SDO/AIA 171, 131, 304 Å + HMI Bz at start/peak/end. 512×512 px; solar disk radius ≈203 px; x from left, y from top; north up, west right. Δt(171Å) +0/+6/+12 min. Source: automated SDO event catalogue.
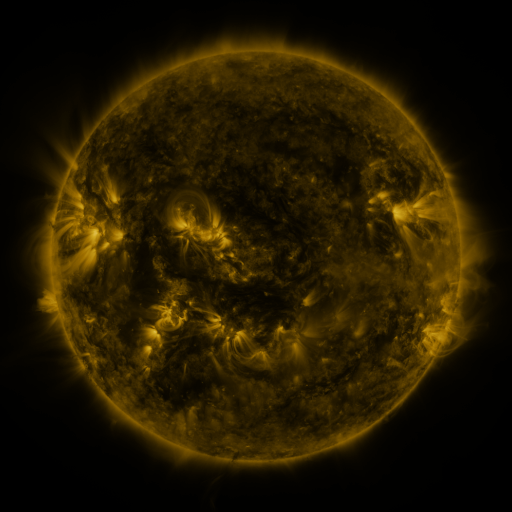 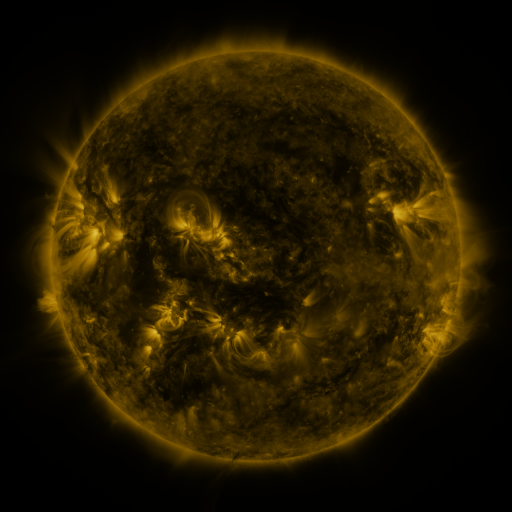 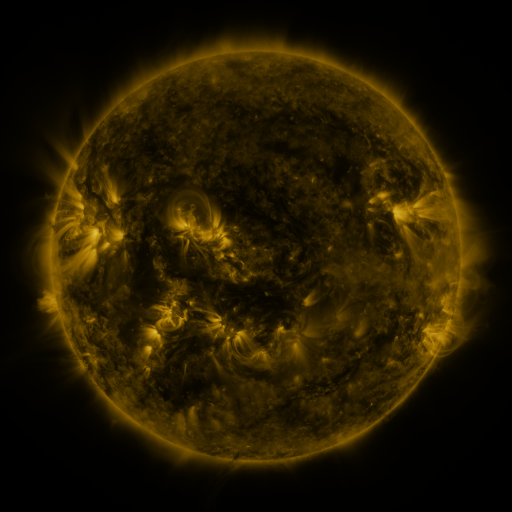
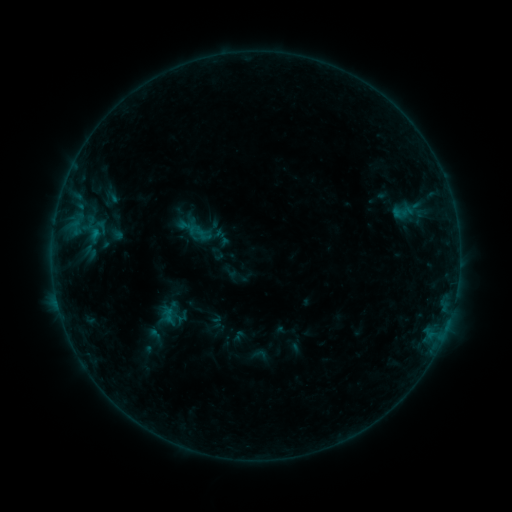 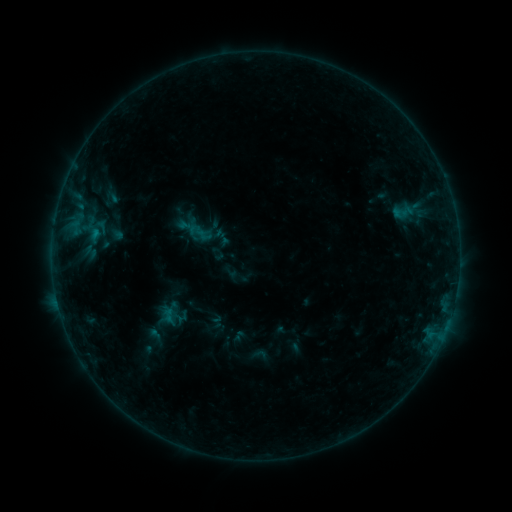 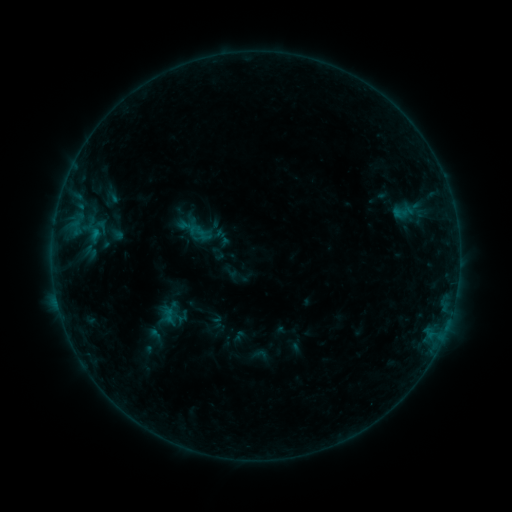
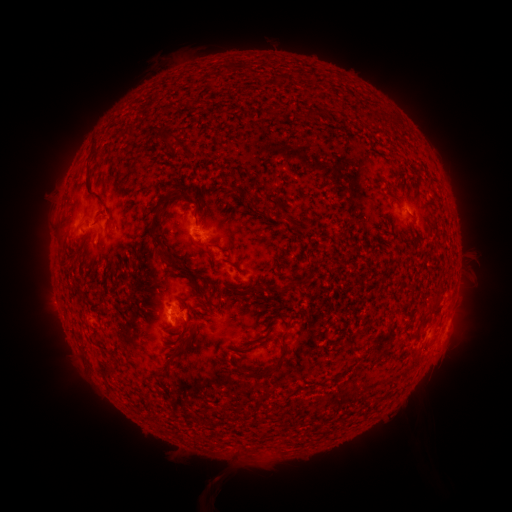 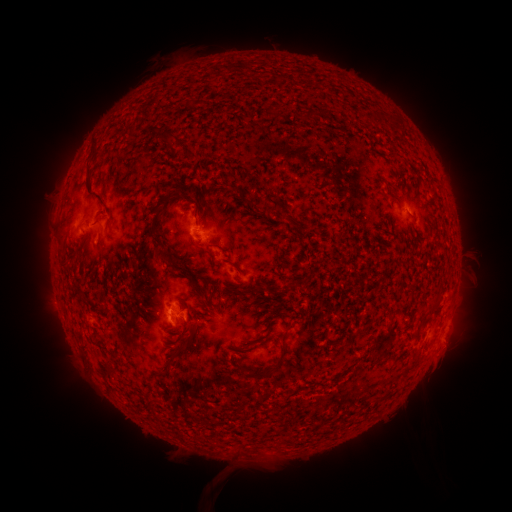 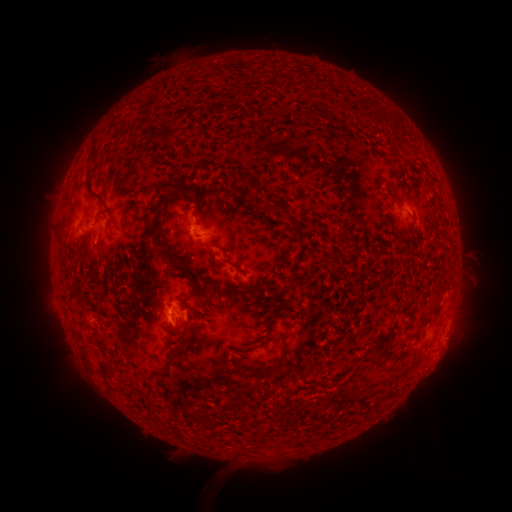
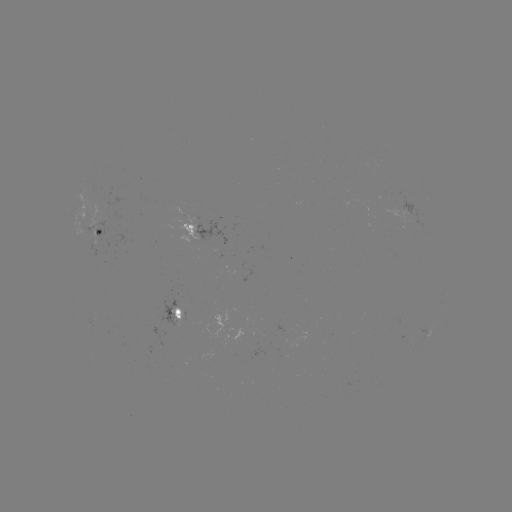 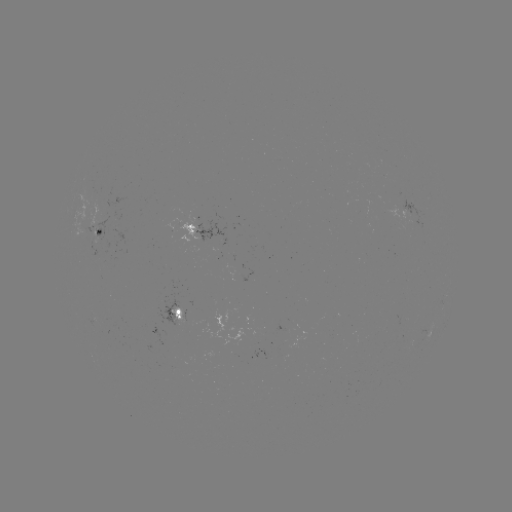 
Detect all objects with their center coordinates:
eruption: (450, 351)
